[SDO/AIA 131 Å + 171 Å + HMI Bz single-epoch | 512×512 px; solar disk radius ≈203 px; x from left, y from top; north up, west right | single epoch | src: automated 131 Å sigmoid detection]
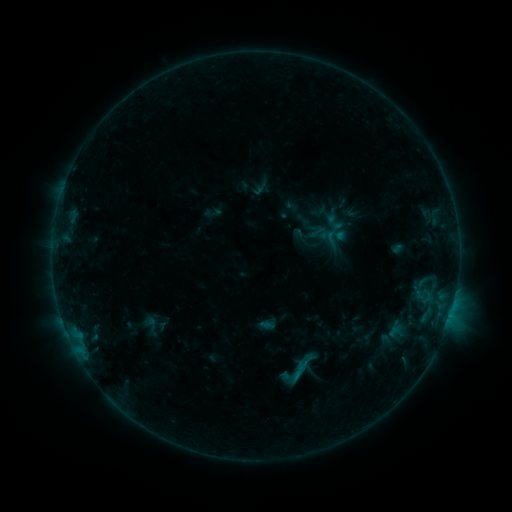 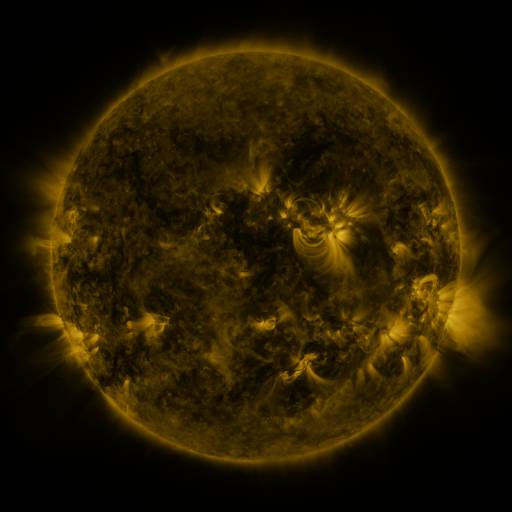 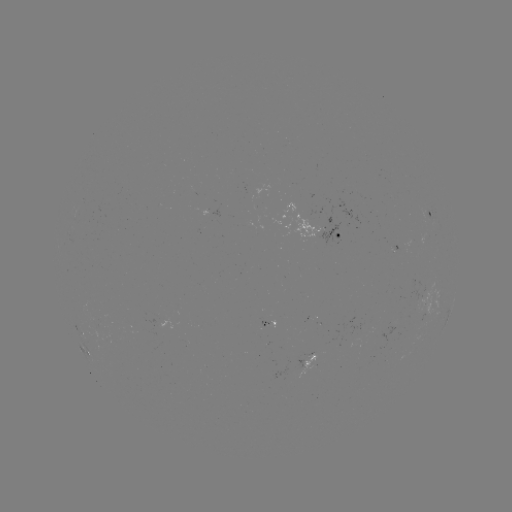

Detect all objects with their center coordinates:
sigmoid: (298, 370)
